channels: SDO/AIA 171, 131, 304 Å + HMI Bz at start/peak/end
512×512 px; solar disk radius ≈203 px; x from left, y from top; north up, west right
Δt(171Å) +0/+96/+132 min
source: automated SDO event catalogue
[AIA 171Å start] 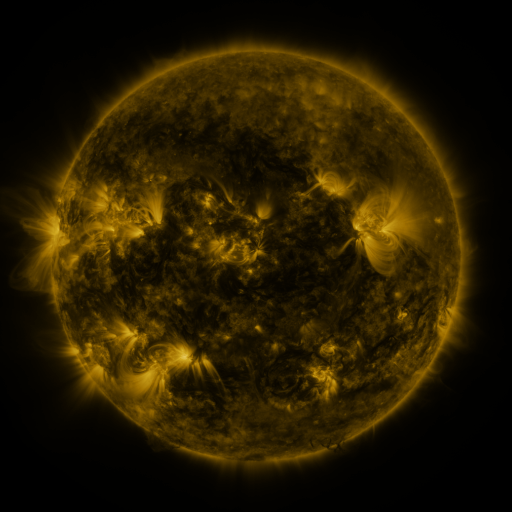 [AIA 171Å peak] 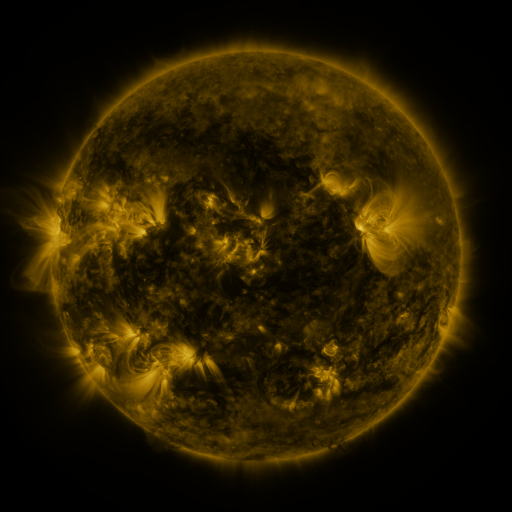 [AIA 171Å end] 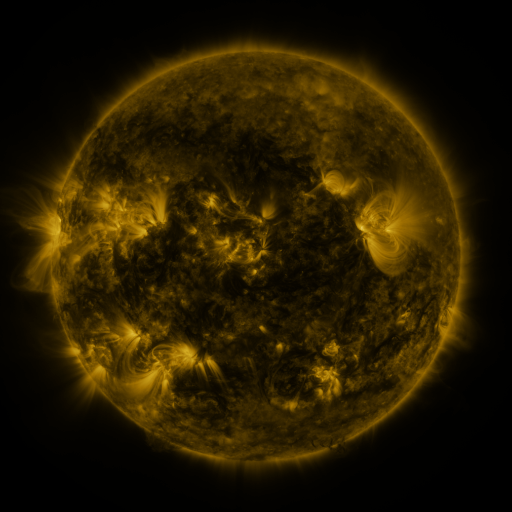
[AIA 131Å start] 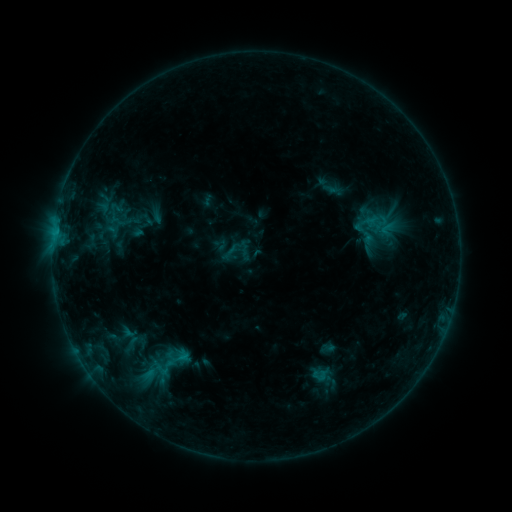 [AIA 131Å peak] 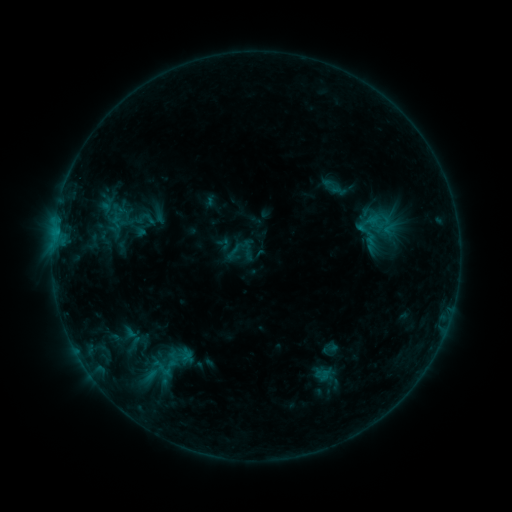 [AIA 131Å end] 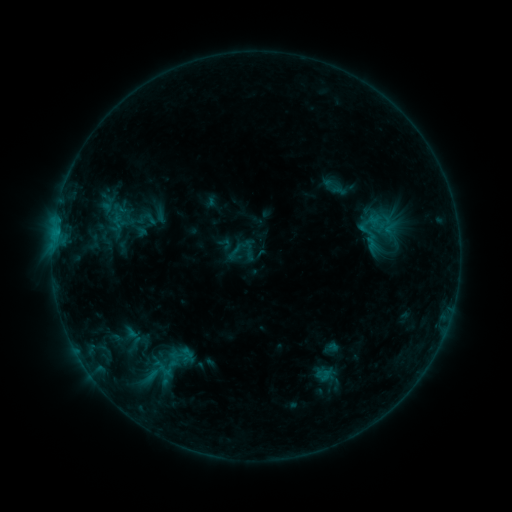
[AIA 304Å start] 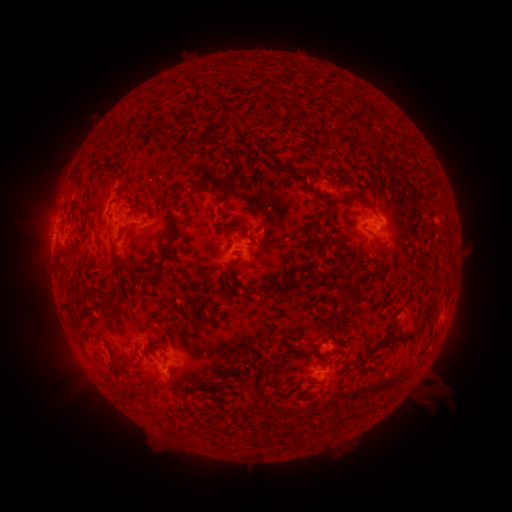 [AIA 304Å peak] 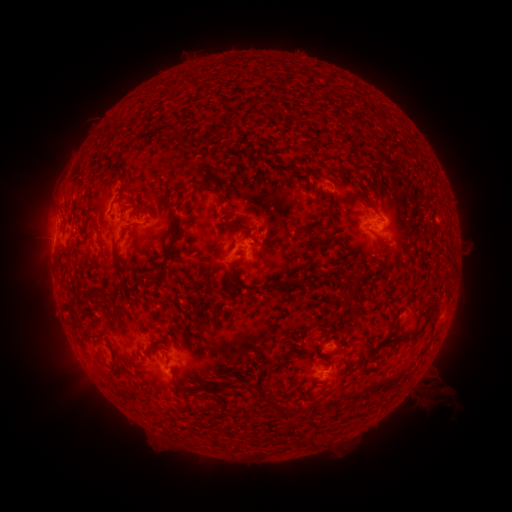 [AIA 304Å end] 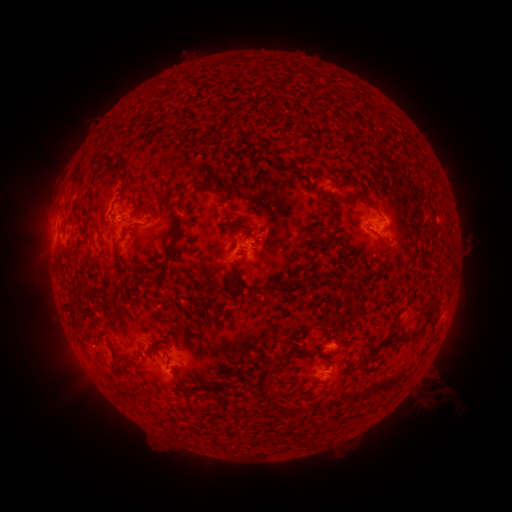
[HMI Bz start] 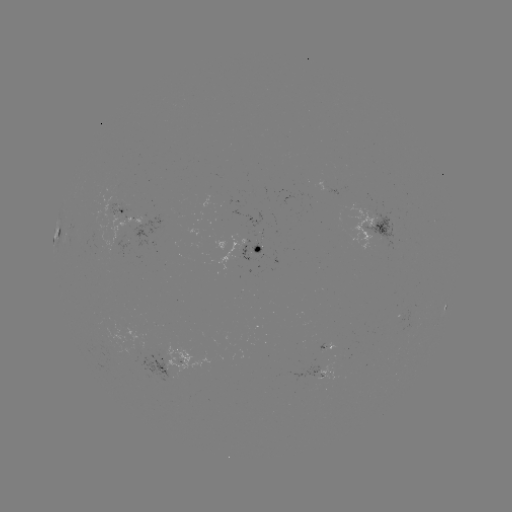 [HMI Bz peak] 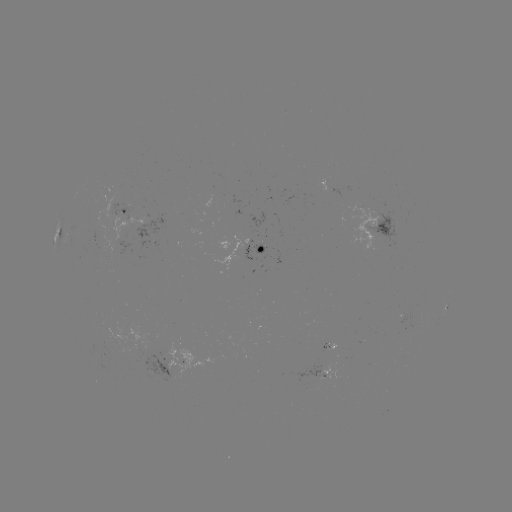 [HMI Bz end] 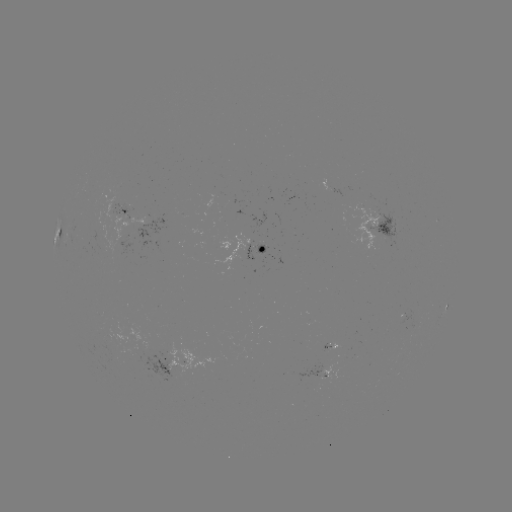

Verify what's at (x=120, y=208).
emerging-flux region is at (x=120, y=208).